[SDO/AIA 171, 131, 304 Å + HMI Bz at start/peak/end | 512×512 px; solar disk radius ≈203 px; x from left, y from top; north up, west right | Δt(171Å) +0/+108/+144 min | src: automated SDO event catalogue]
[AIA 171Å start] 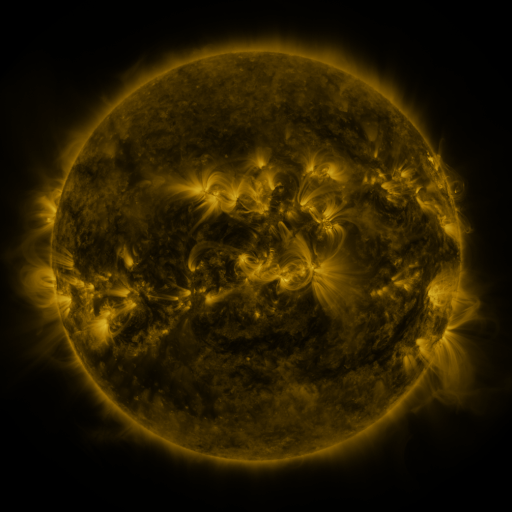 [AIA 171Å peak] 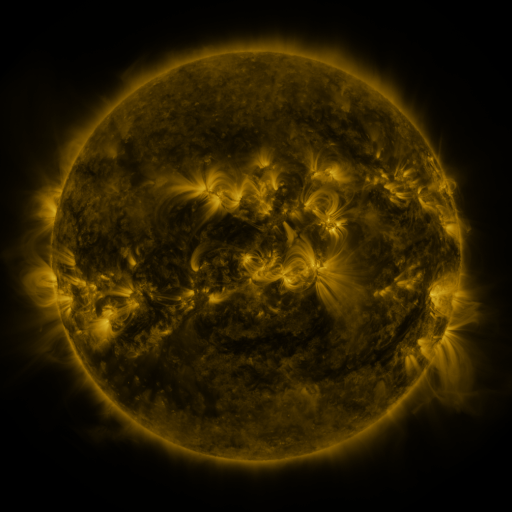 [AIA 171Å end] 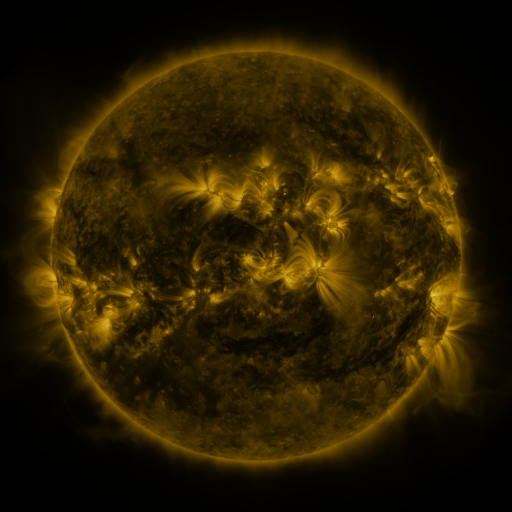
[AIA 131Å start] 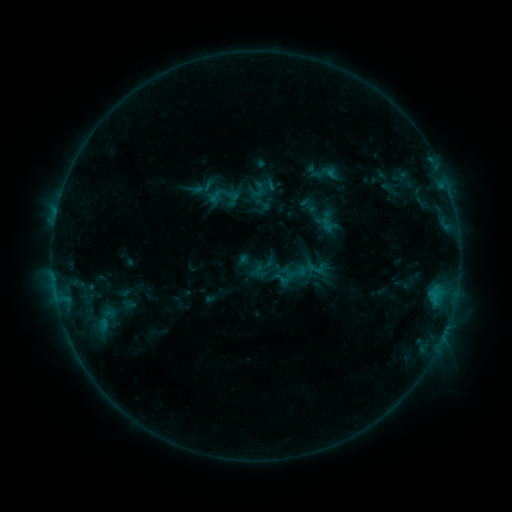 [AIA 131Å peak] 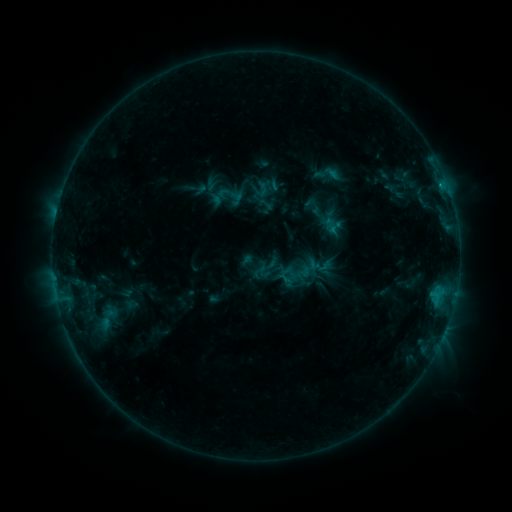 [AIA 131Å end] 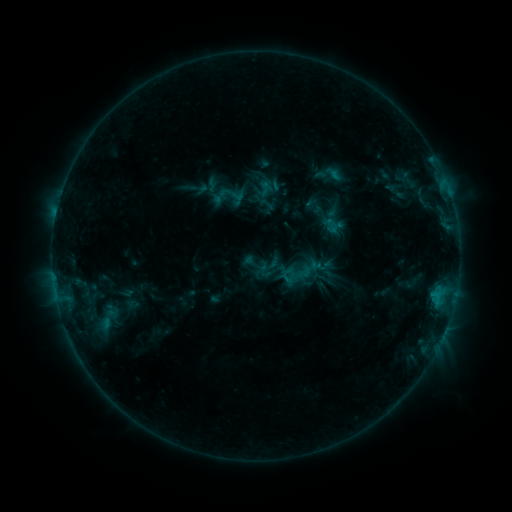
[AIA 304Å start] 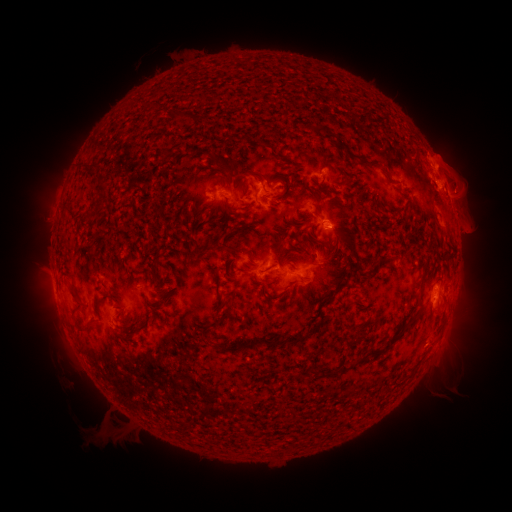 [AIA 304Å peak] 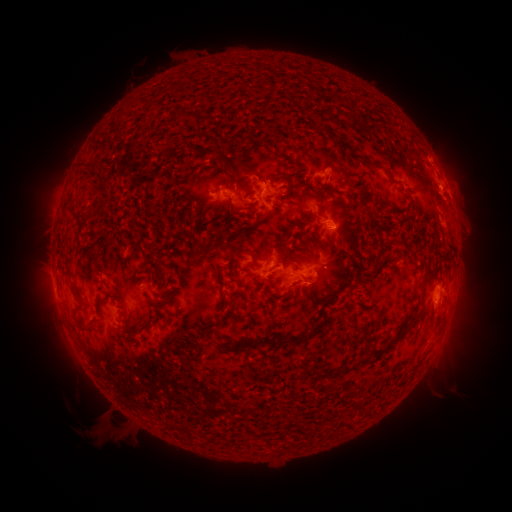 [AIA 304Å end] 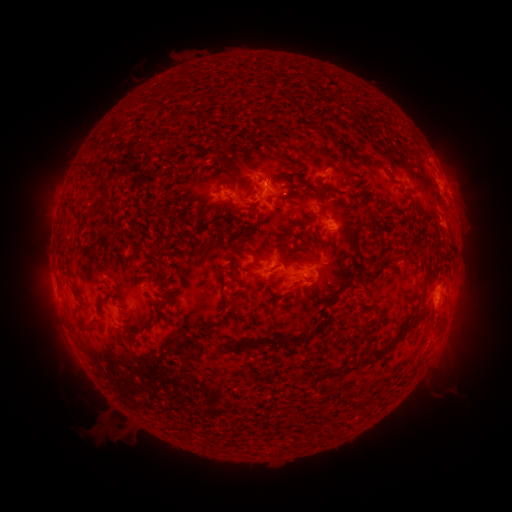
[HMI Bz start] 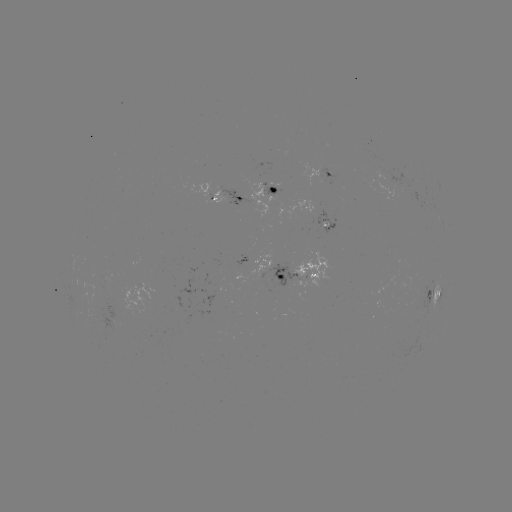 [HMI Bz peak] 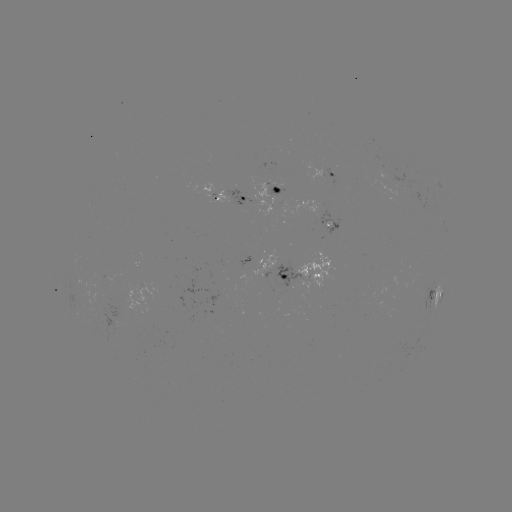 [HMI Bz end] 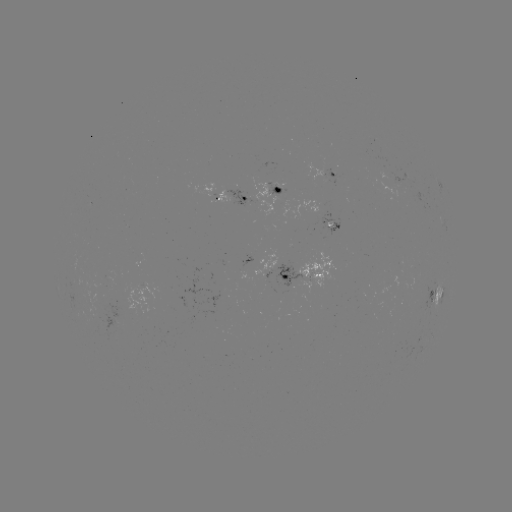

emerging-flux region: (385, 170, 409, 186)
